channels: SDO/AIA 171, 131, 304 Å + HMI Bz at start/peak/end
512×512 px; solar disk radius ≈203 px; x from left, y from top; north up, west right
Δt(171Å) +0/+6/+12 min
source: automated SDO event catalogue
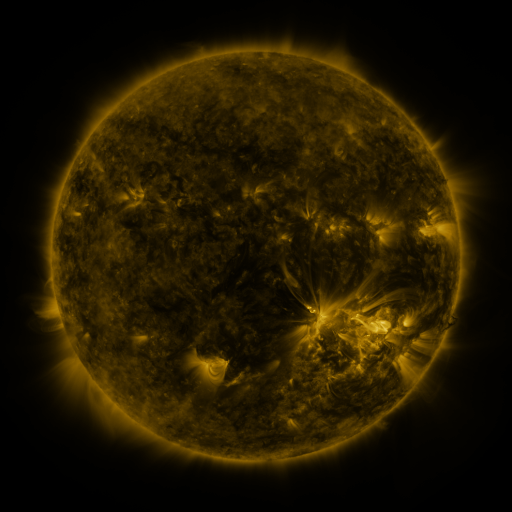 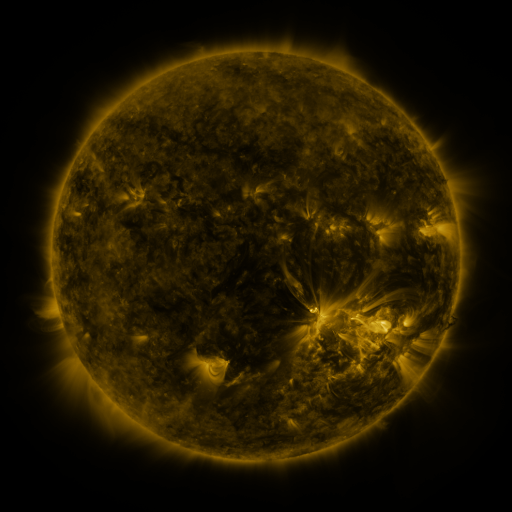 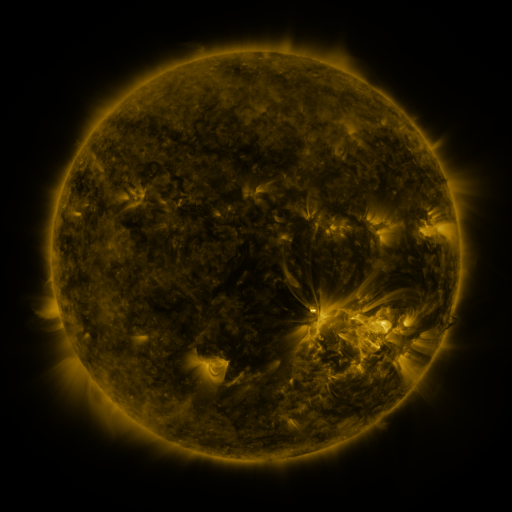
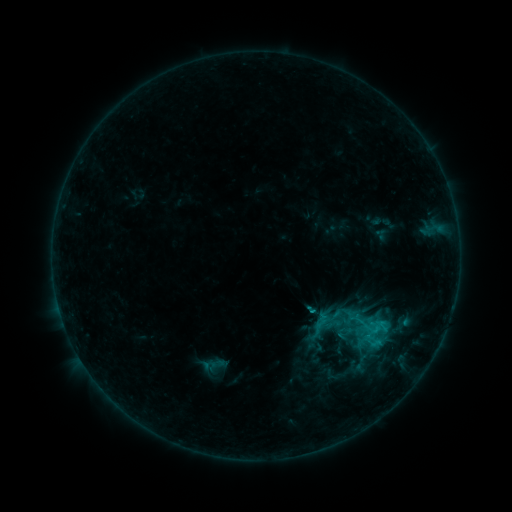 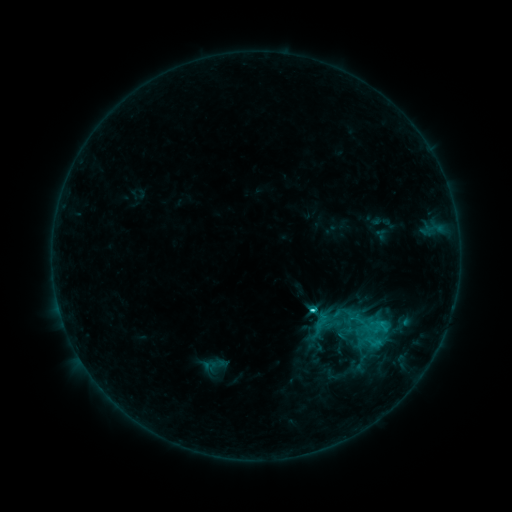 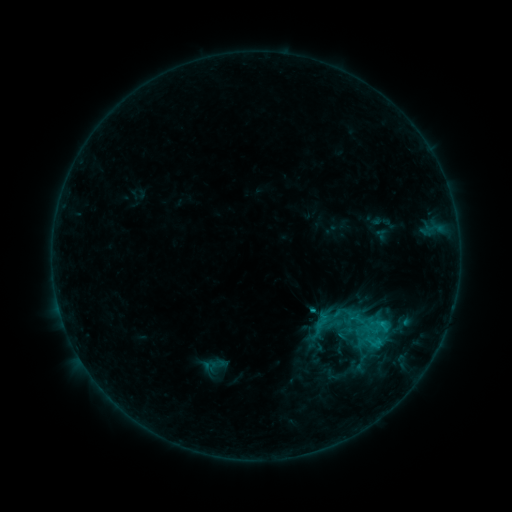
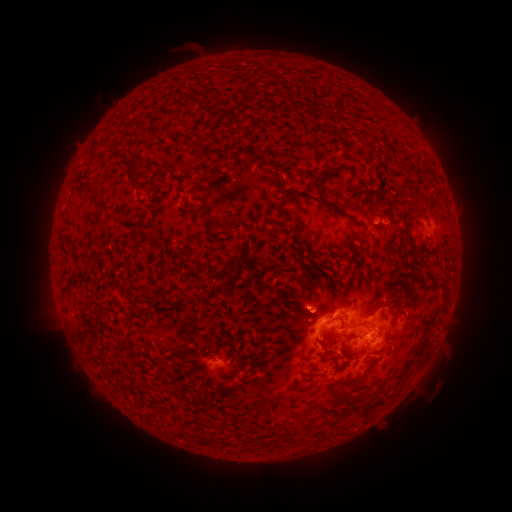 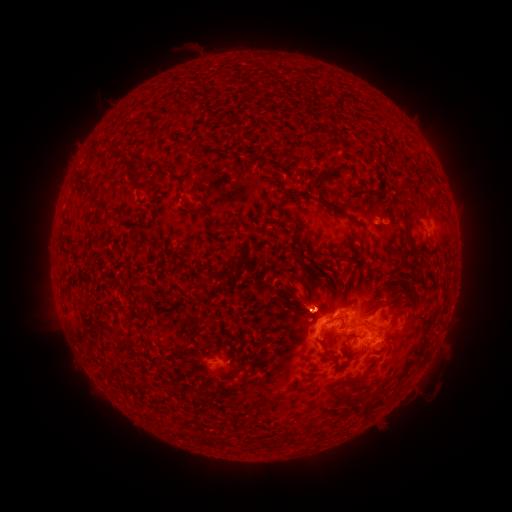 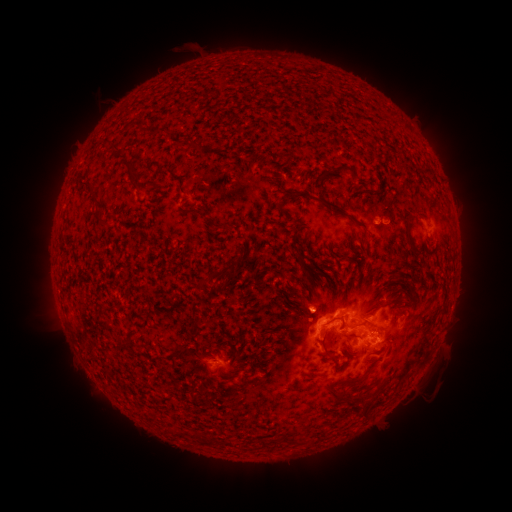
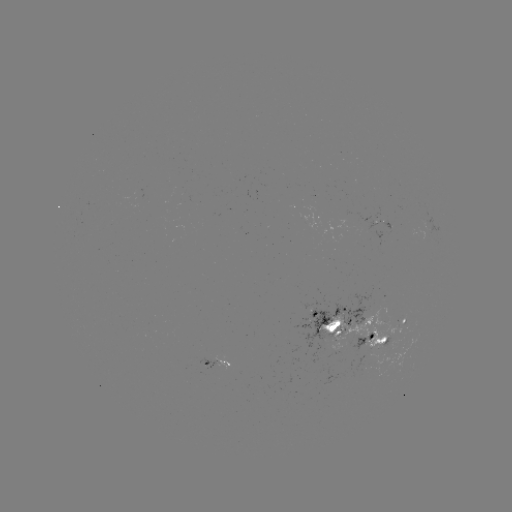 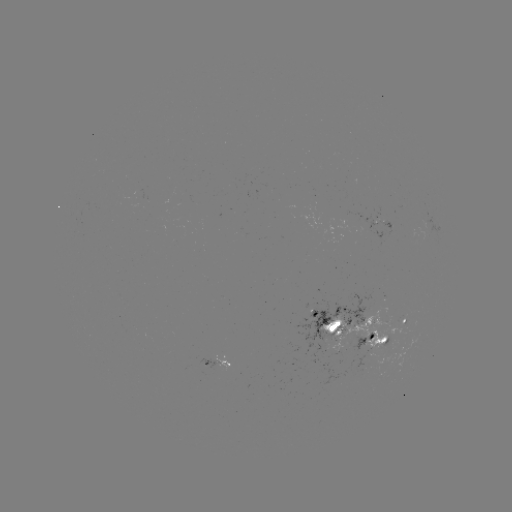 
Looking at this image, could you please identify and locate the eruption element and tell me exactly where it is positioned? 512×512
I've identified eruption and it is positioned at (302, 291).